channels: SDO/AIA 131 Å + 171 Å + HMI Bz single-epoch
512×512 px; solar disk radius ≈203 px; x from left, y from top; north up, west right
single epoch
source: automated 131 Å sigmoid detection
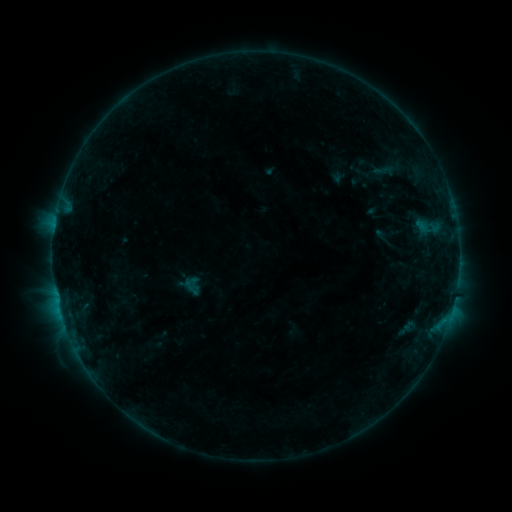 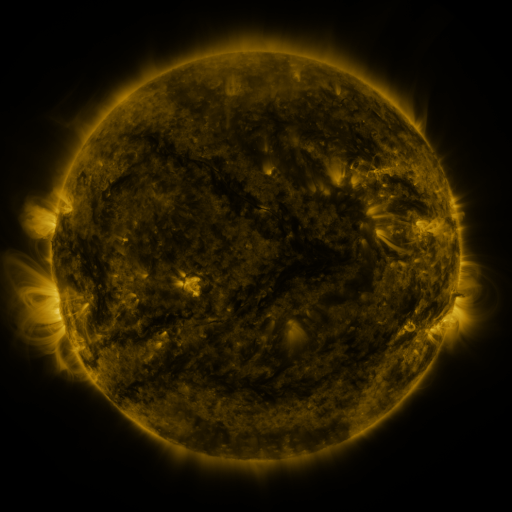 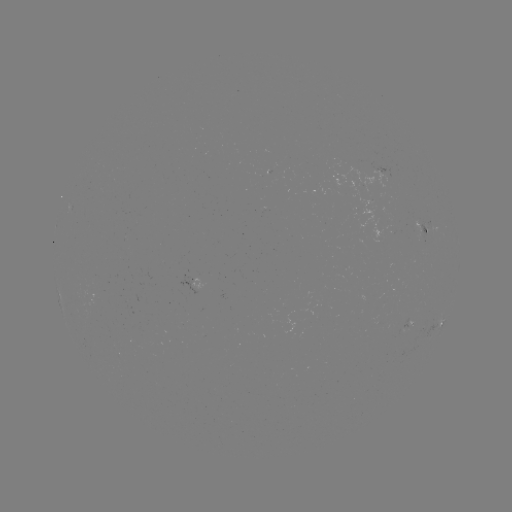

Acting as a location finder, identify sigmoid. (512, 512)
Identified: [192, 286].